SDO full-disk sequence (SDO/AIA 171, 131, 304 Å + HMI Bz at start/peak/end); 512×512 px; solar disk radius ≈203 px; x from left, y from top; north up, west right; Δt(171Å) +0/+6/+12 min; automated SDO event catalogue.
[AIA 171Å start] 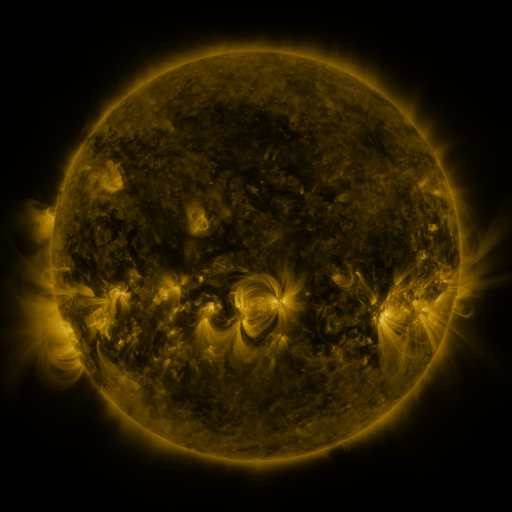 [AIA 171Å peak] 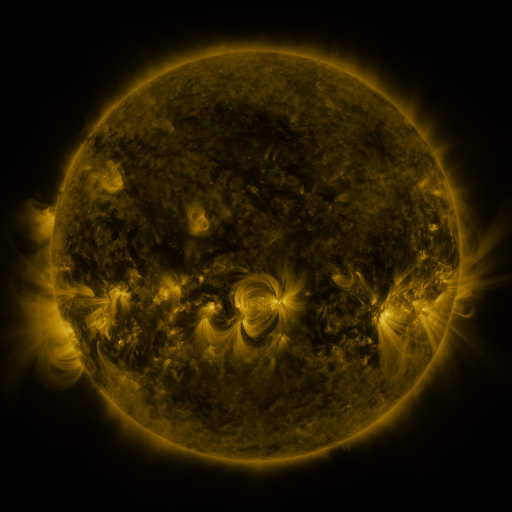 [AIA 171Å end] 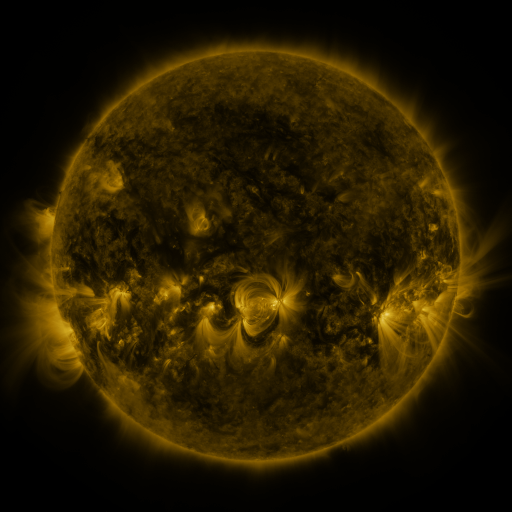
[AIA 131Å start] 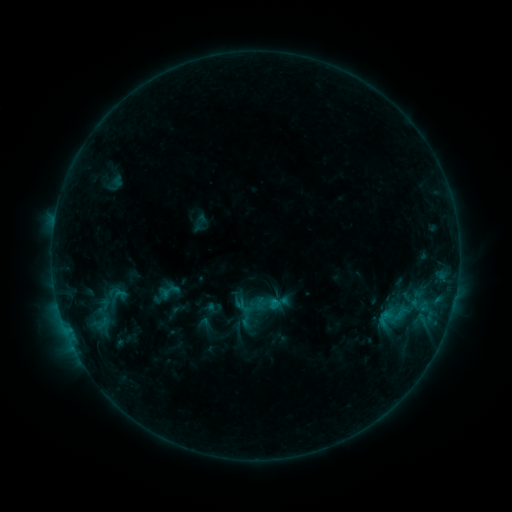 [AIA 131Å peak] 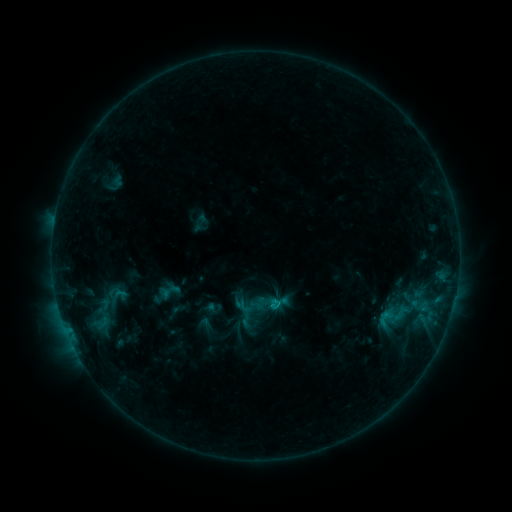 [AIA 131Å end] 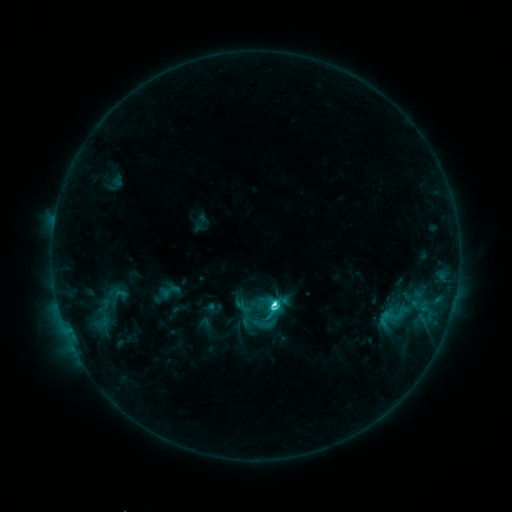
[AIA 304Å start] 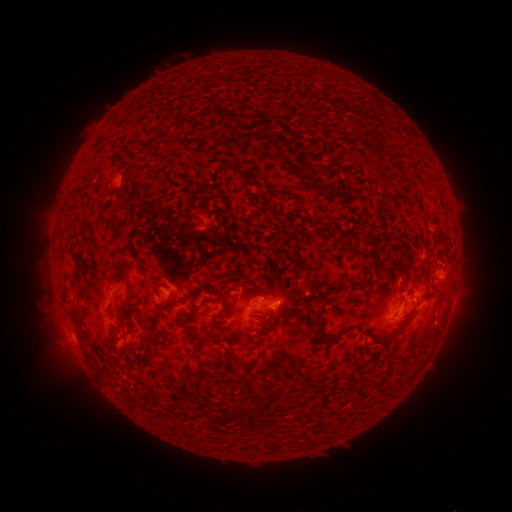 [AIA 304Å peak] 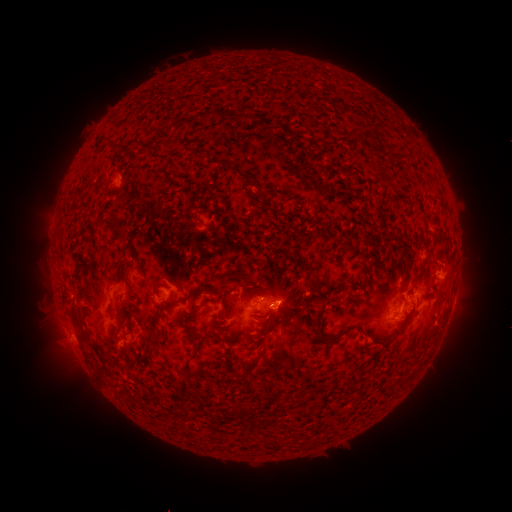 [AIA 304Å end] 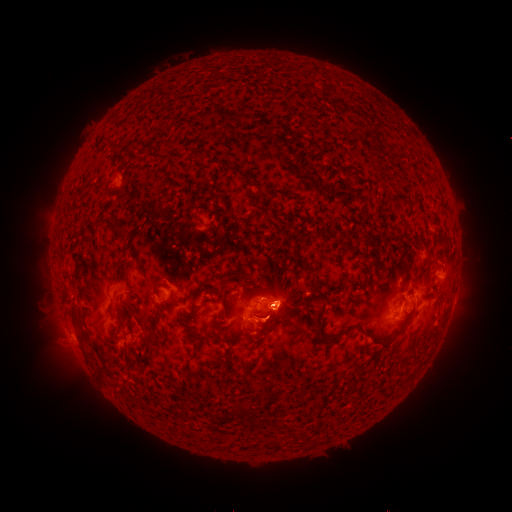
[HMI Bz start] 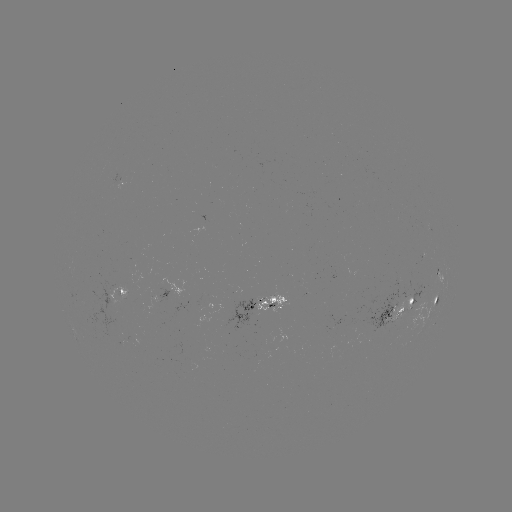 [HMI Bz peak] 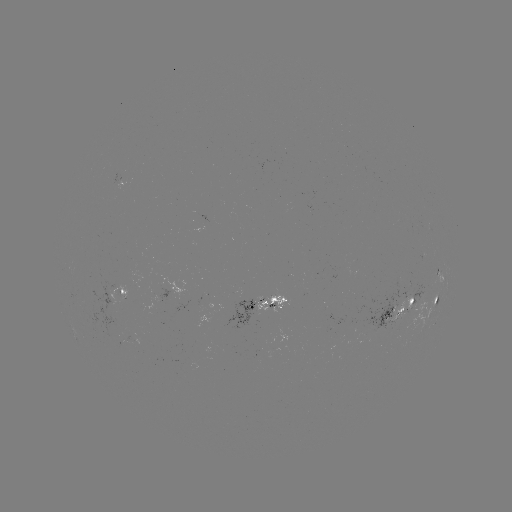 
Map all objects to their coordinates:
eruption: (278, 284)
